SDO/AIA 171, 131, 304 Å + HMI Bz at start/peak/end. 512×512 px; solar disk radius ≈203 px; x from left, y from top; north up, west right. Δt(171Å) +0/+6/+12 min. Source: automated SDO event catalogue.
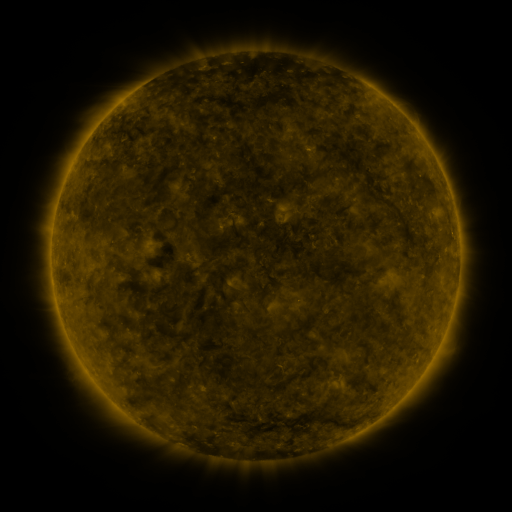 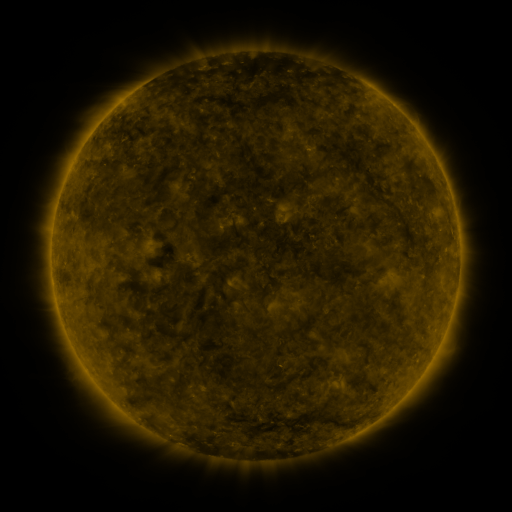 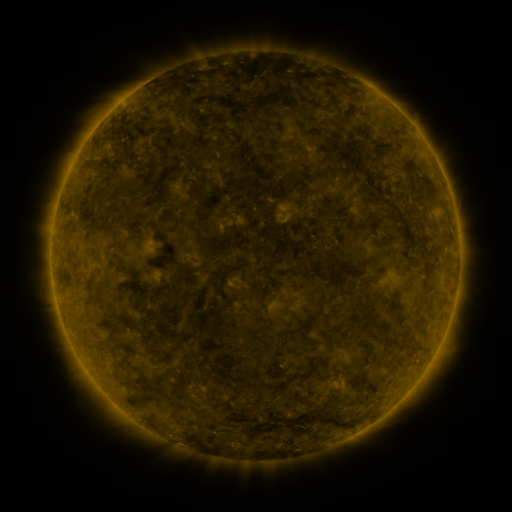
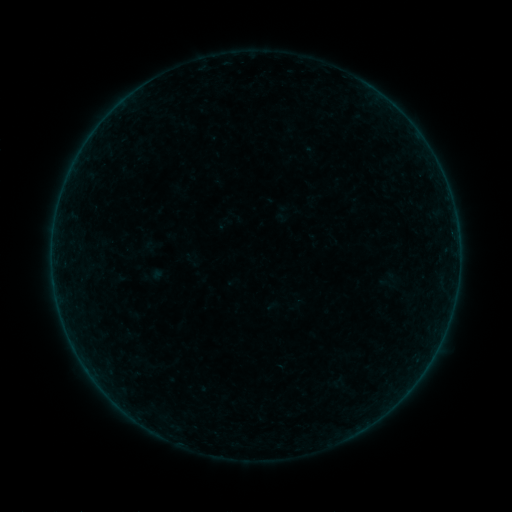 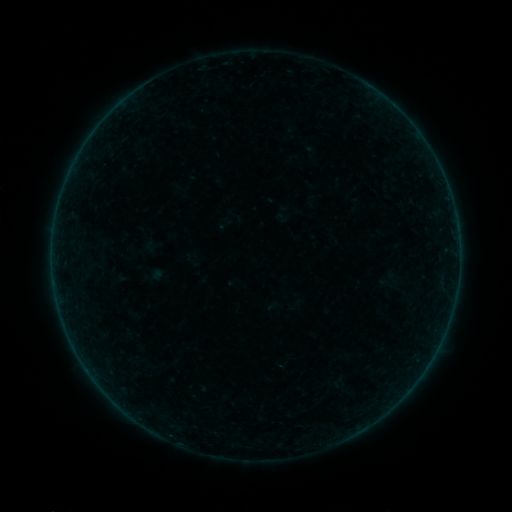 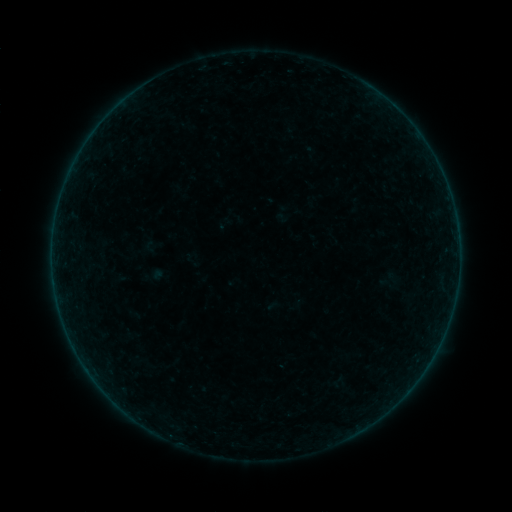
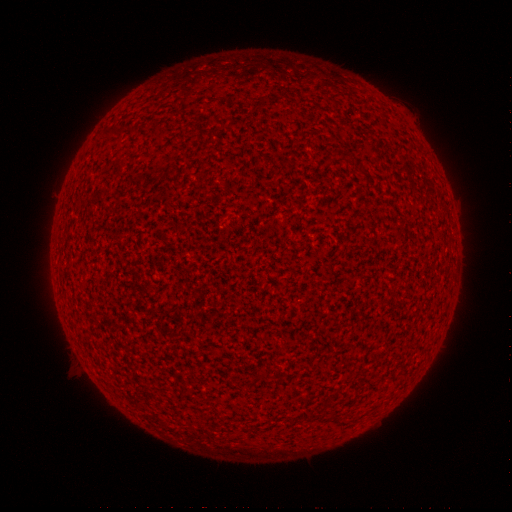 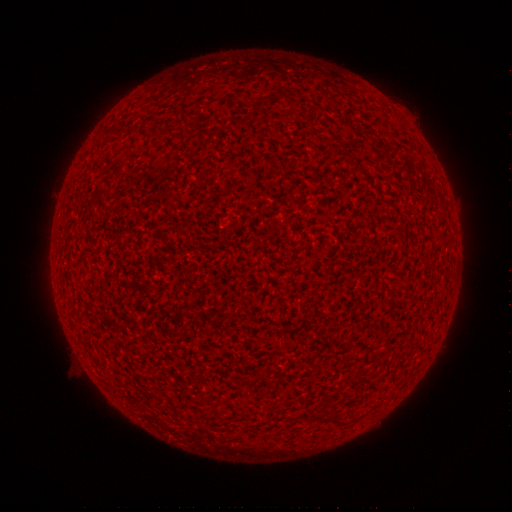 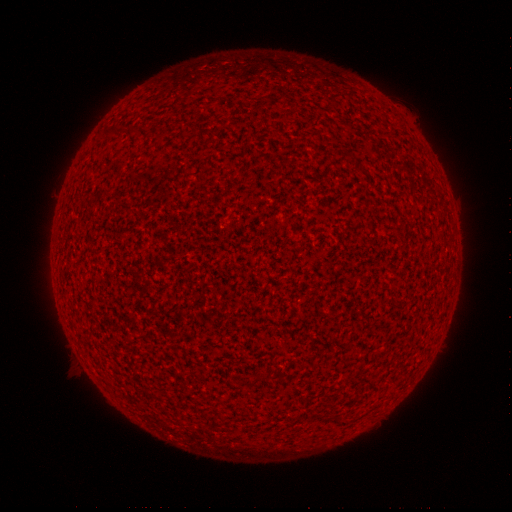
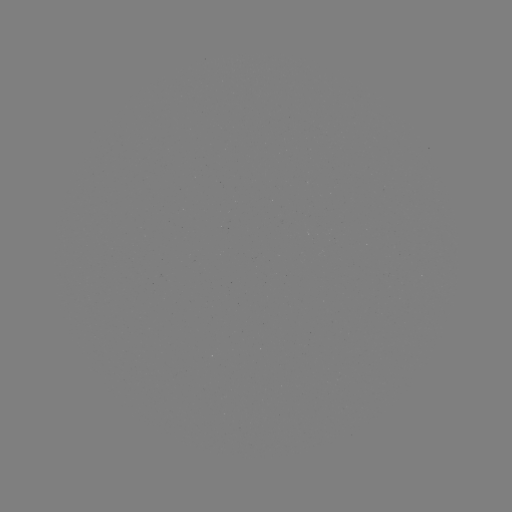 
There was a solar flare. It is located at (169, 434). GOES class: A1.1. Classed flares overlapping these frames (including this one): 1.